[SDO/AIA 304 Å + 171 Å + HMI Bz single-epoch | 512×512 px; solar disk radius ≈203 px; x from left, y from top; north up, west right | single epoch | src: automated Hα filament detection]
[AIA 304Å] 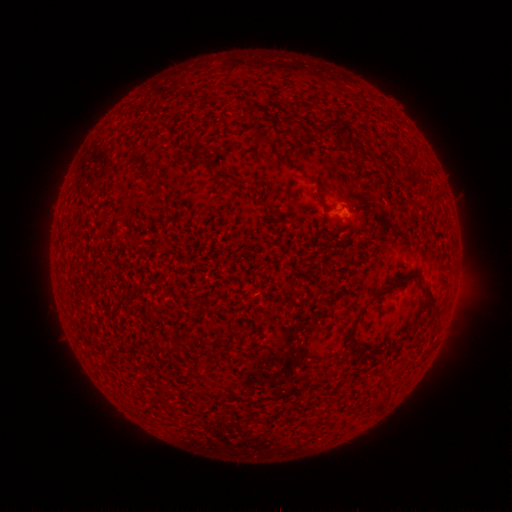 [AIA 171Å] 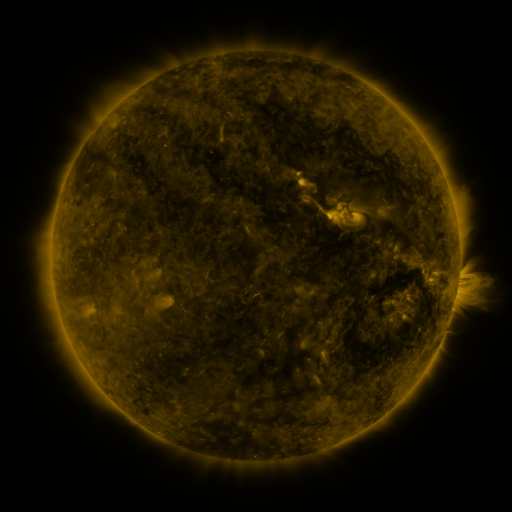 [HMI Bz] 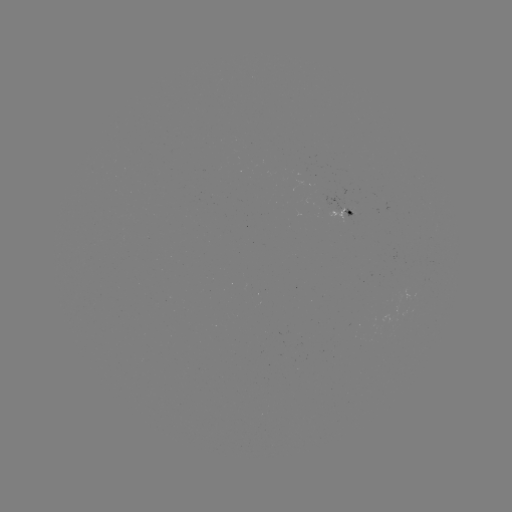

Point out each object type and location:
filament: [320, 122, 341, 136]
filament: [257, 133, 272, 144]
filament: [198, 153, 215, 165]
filament: [215, 170, 233, 180]
filament: [404, 175, 420, 187]
filament: [354, 274, 422, 324]
filament: [423, 288, 437, 312]
filament: [352, 345, 362, 355]
filament: [155, 383, 162, 395]
